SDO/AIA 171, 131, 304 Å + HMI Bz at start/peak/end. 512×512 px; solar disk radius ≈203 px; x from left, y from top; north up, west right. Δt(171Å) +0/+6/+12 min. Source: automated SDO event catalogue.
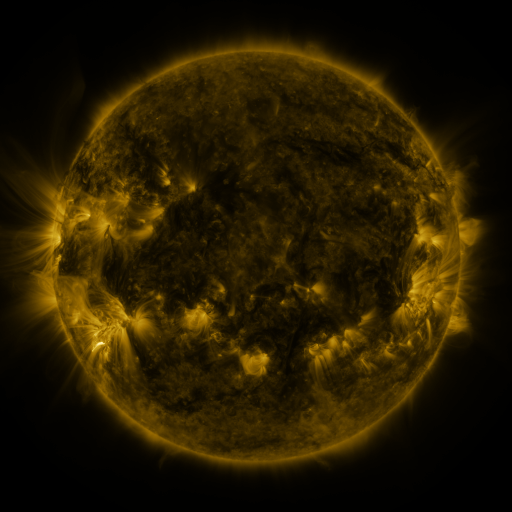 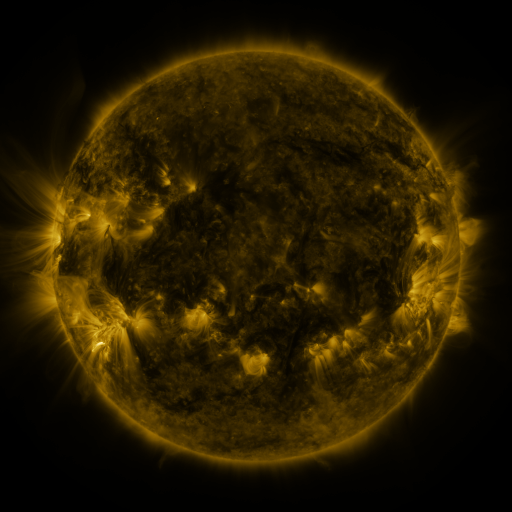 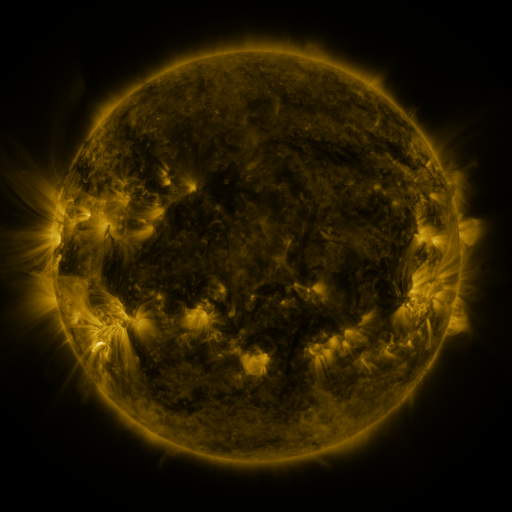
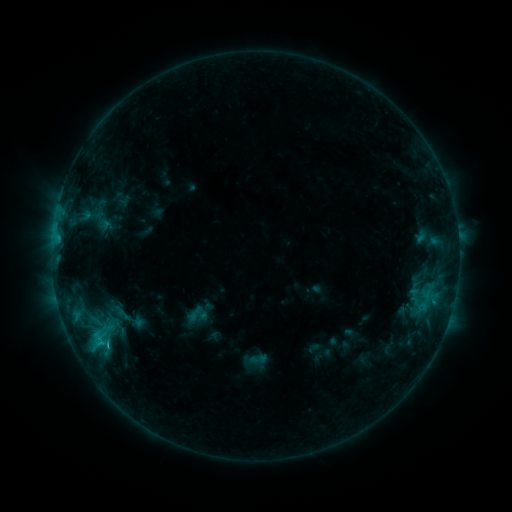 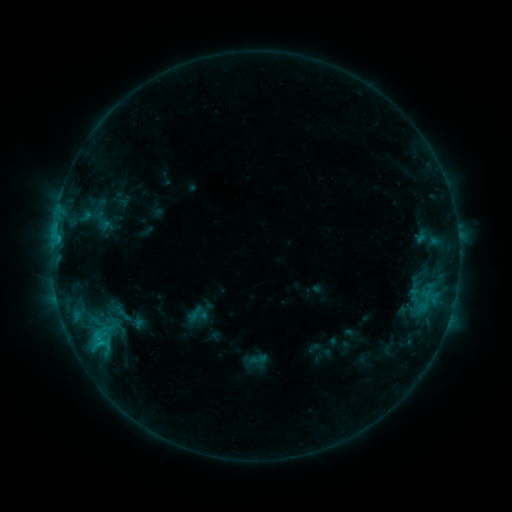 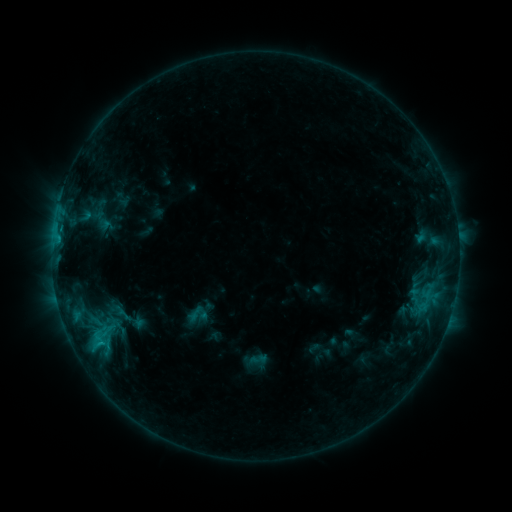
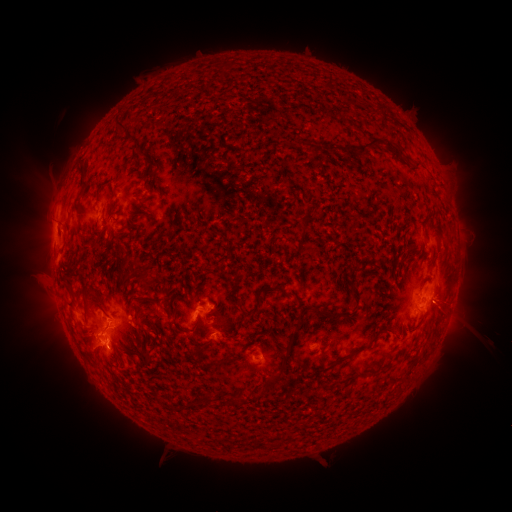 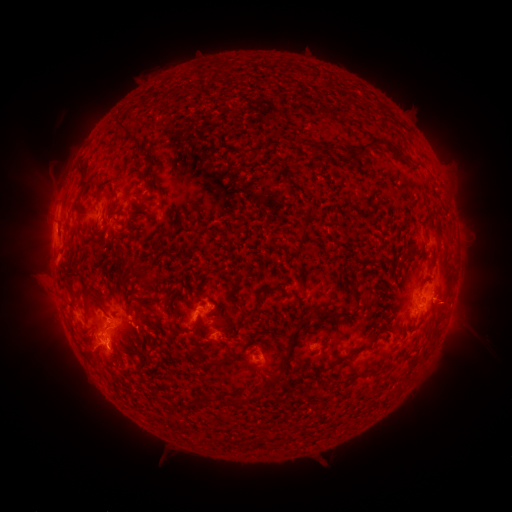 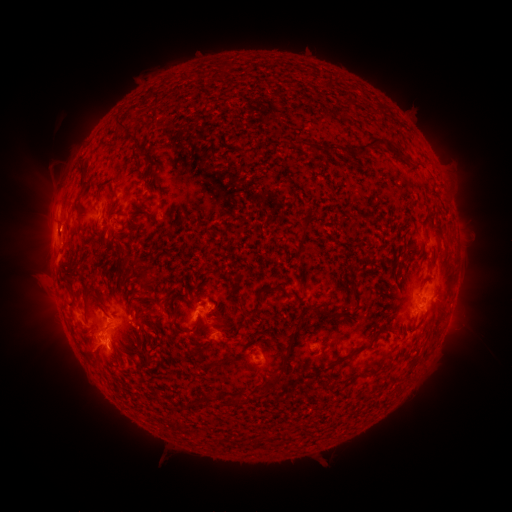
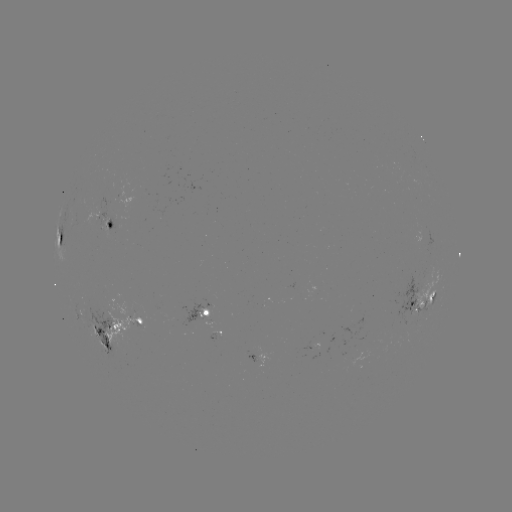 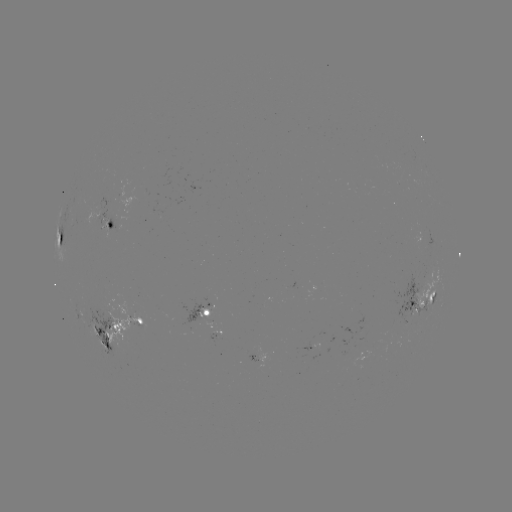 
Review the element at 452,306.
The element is eruption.